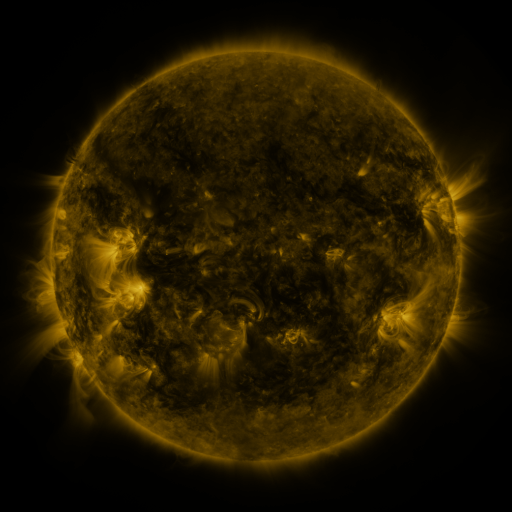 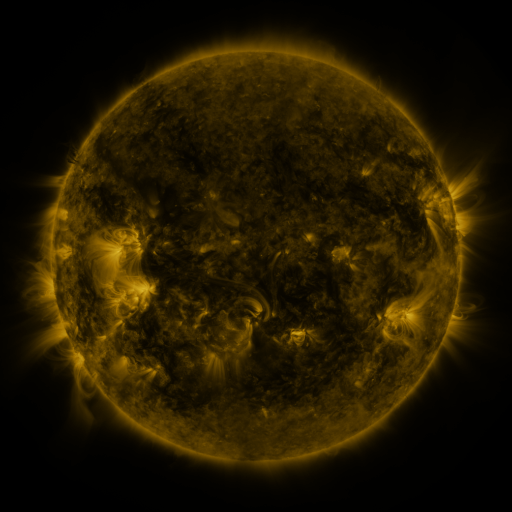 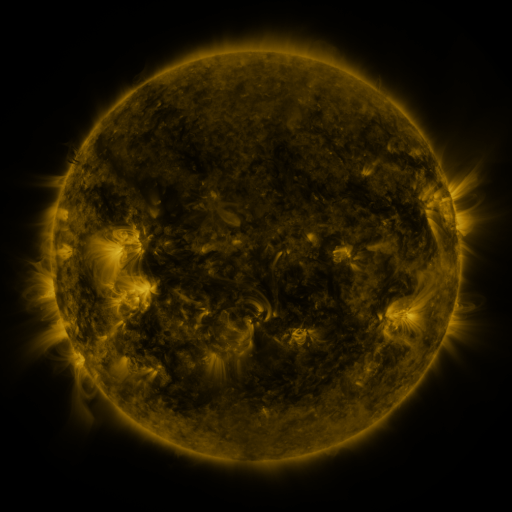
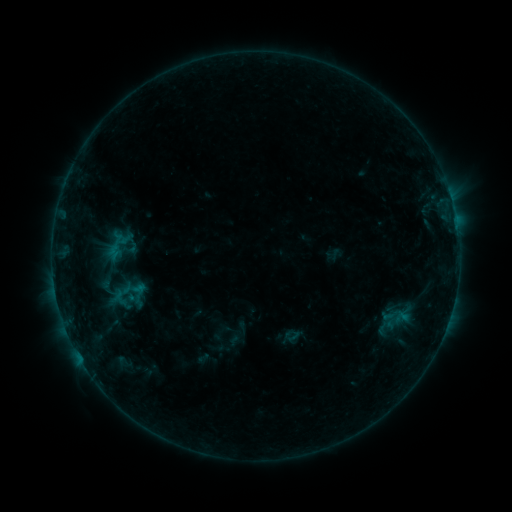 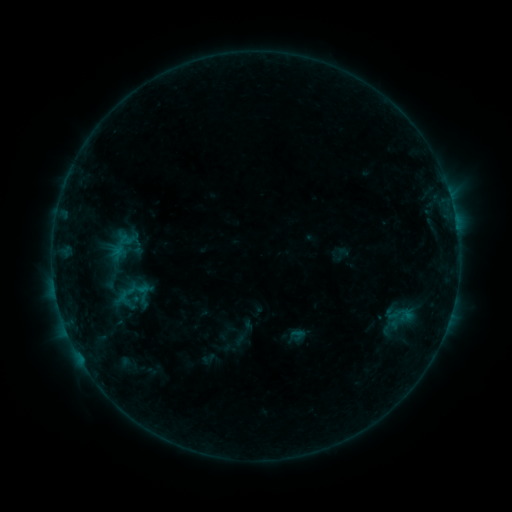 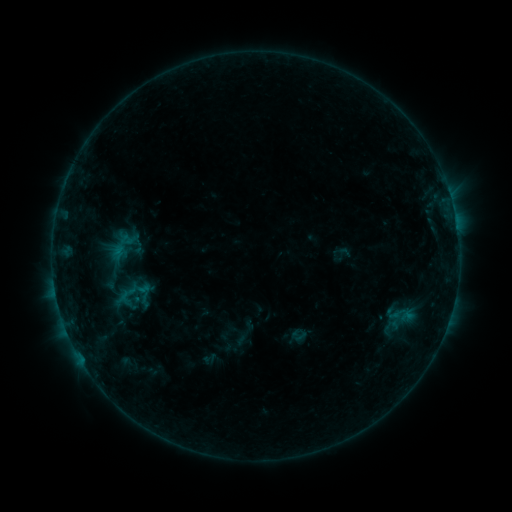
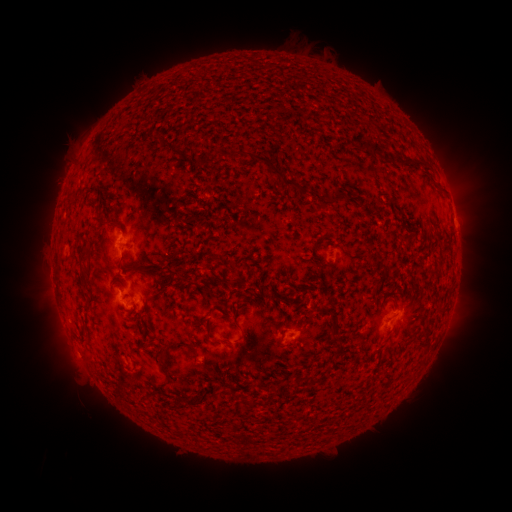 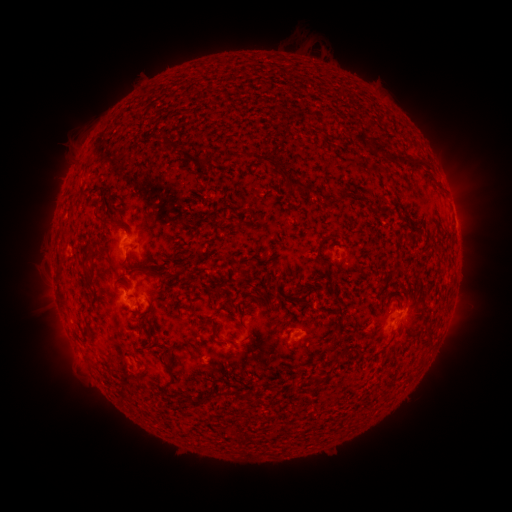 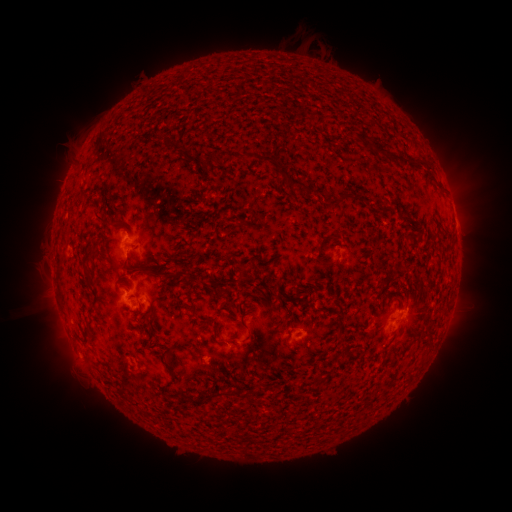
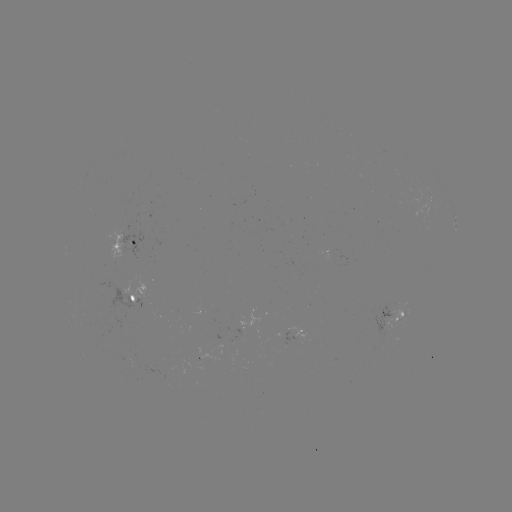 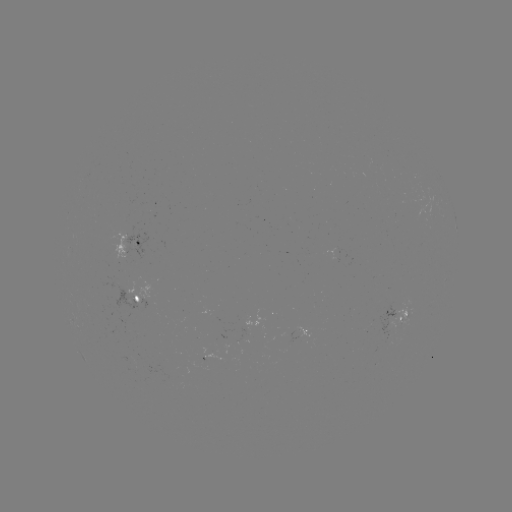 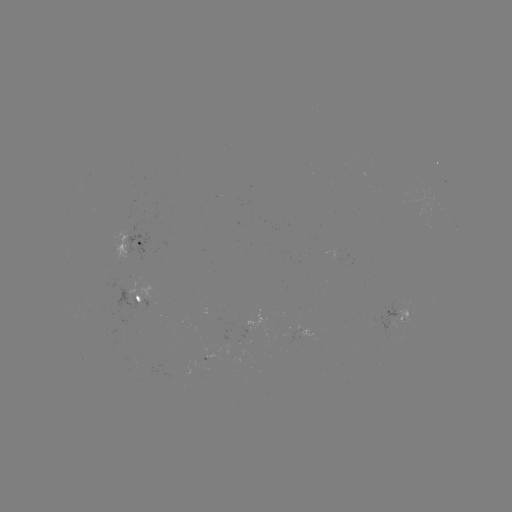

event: emerging-flux region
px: (335, 257)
